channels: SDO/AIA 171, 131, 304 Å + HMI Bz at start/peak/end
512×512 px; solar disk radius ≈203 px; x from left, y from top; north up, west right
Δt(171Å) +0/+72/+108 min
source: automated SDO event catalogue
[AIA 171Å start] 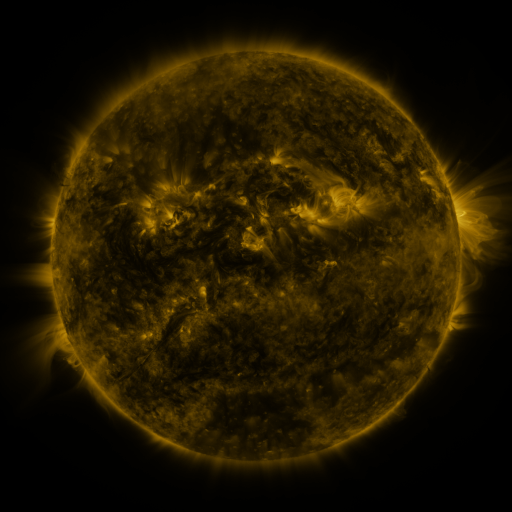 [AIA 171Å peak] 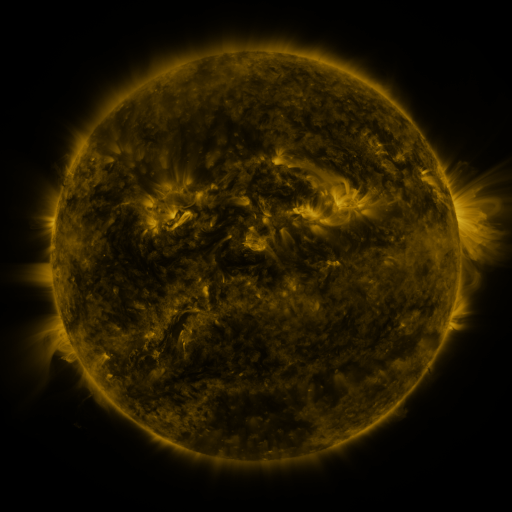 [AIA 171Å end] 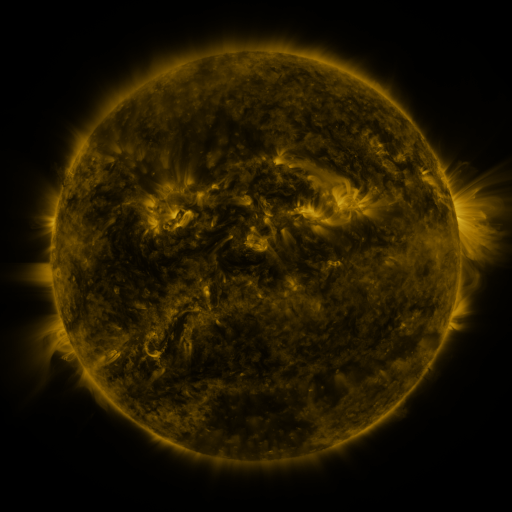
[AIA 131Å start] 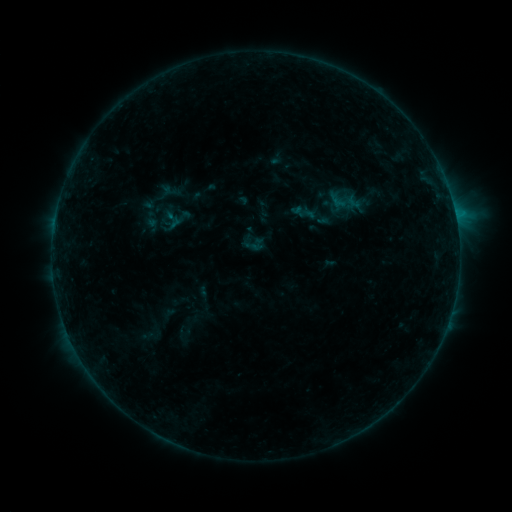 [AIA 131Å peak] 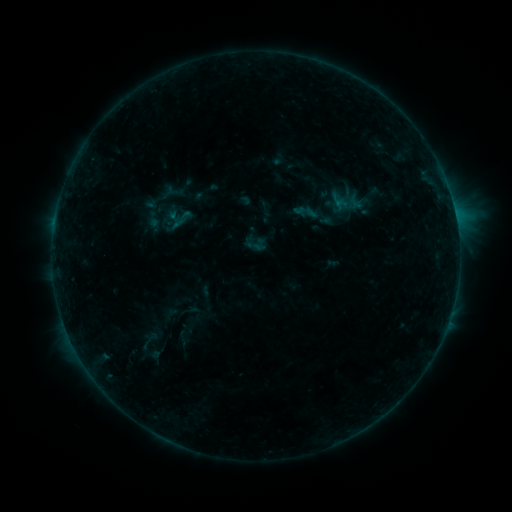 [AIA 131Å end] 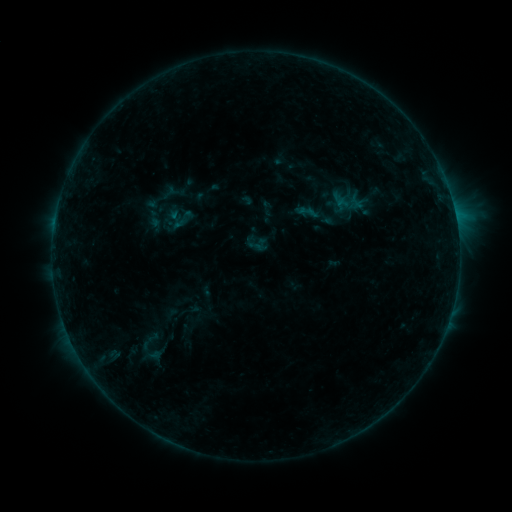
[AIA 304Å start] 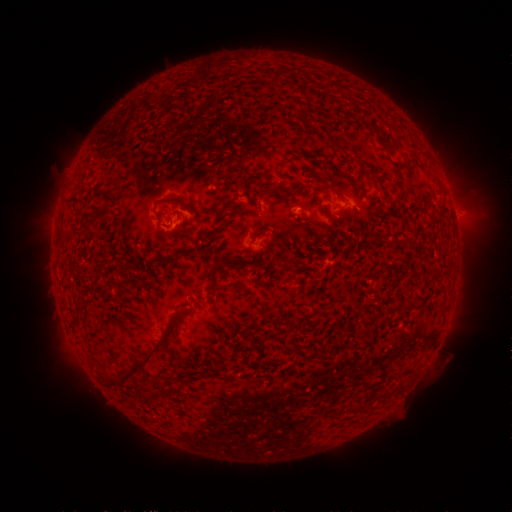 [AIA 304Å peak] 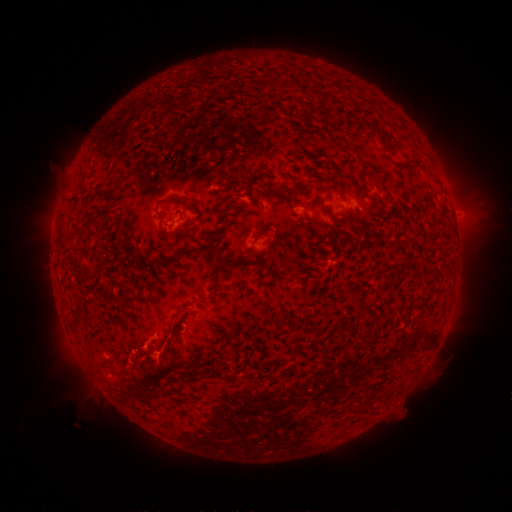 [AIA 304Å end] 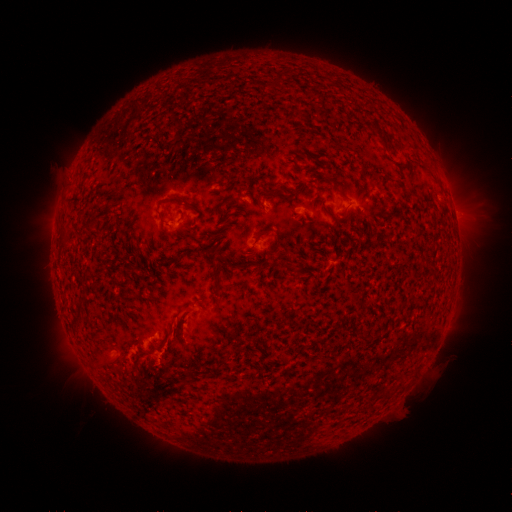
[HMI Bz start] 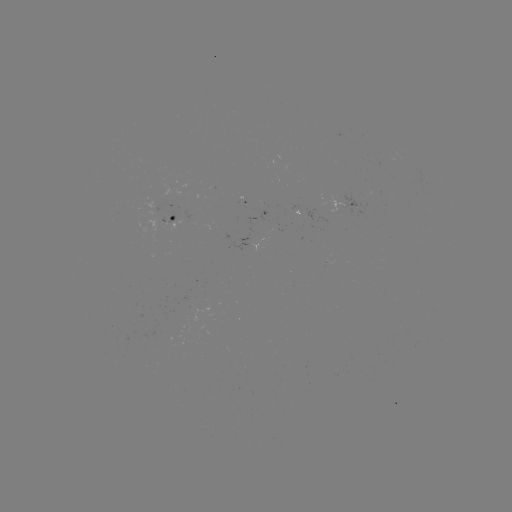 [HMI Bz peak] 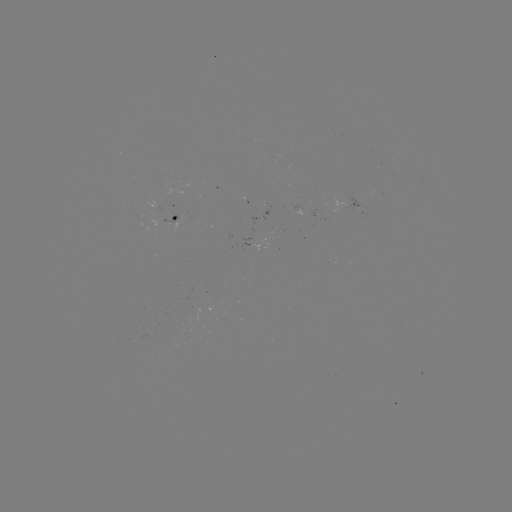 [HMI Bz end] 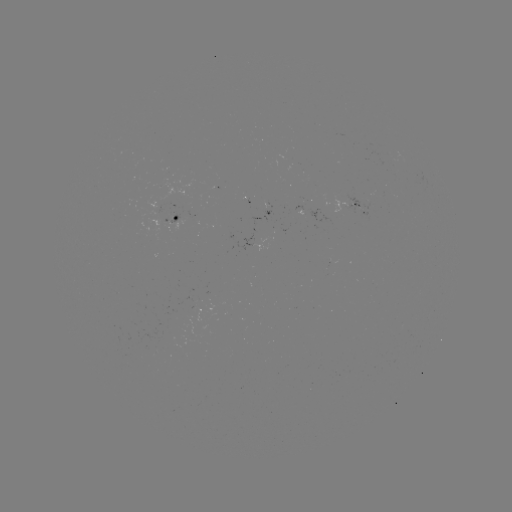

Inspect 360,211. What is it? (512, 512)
emerging-flux region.